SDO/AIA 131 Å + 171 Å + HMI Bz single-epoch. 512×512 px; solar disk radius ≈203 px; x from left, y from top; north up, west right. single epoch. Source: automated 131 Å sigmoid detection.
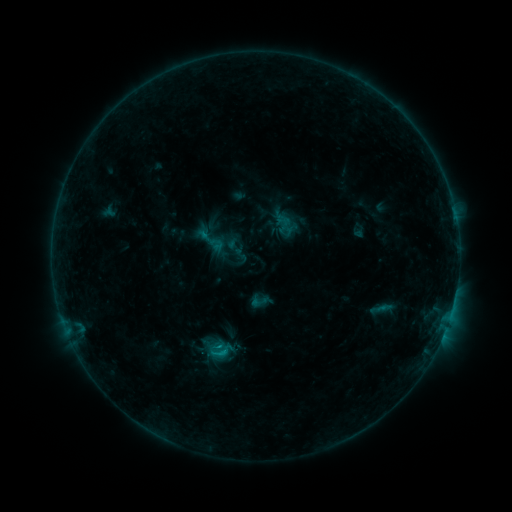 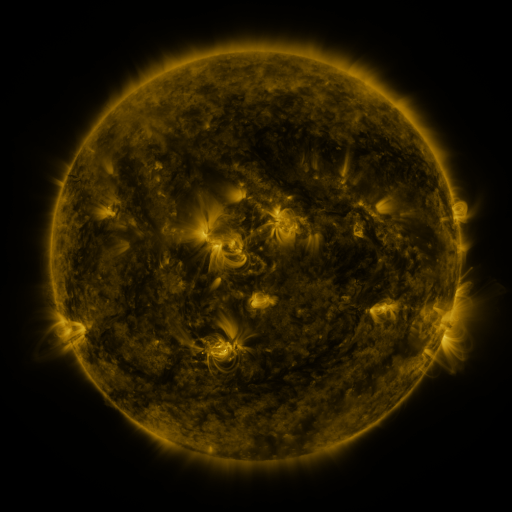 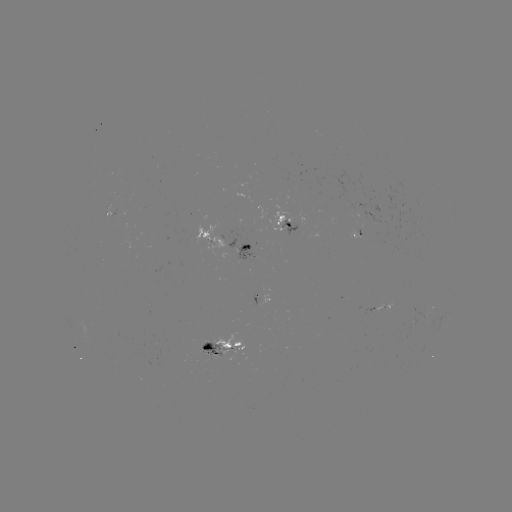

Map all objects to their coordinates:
sigmoid: (210, 240)
sigmoid: (223, 351)
